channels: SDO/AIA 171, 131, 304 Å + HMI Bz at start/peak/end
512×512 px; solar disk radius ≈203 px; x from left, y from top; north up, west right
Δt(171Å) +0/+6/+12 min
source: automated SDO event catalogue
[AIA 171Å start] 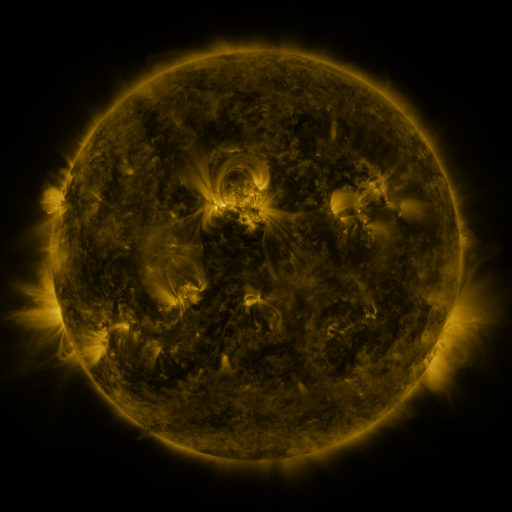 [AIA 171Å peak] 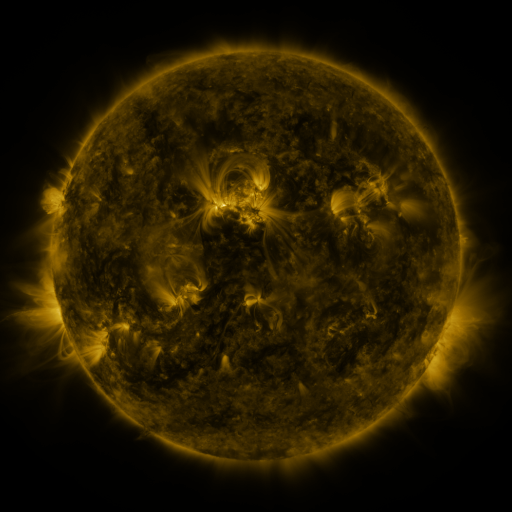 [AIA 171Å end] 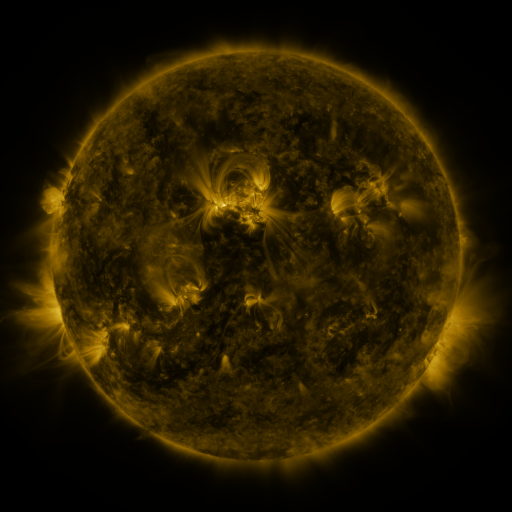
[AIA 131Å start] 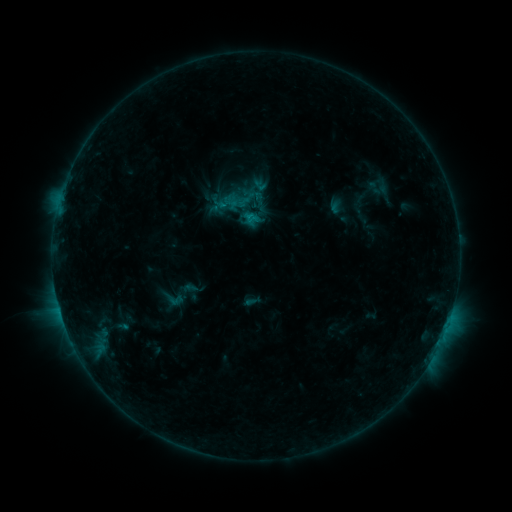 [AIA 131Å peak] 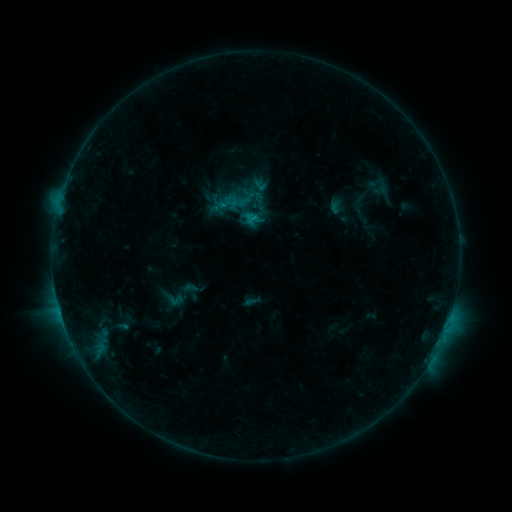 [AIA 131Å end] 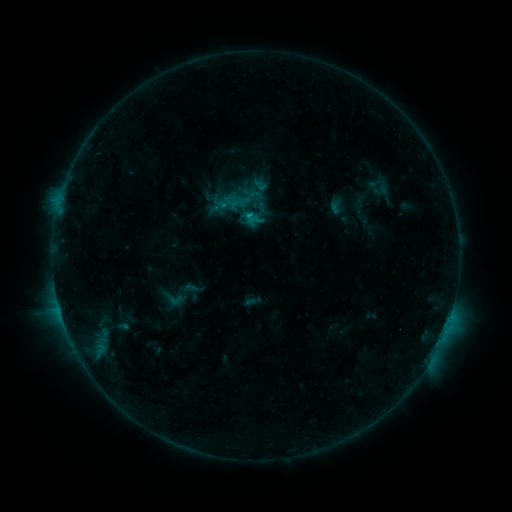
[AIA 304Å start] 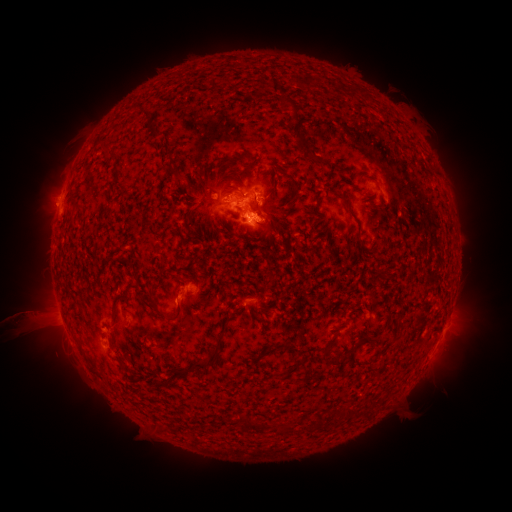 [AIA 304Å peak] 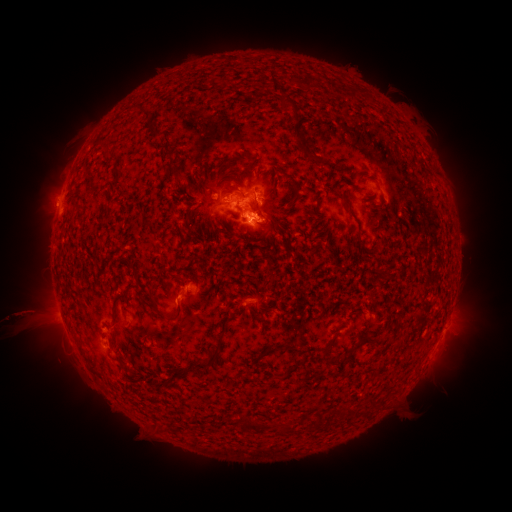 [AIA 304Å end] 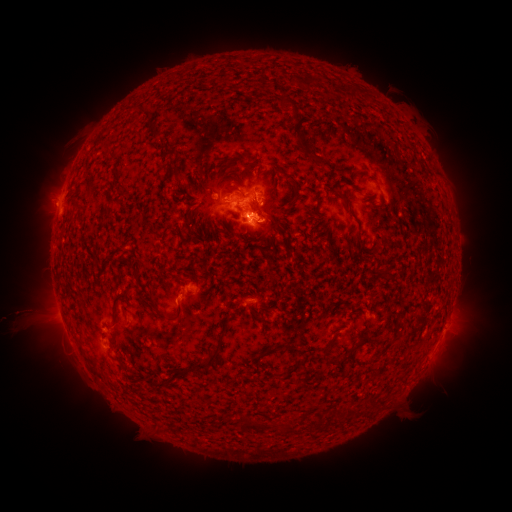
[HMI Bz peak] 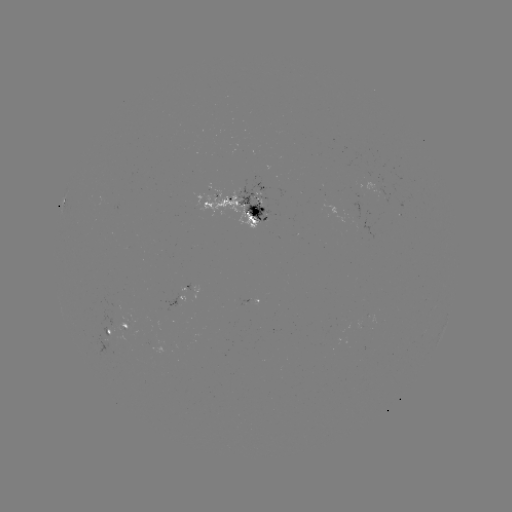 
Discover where C1.1 flare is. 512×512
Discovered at [58, 206].